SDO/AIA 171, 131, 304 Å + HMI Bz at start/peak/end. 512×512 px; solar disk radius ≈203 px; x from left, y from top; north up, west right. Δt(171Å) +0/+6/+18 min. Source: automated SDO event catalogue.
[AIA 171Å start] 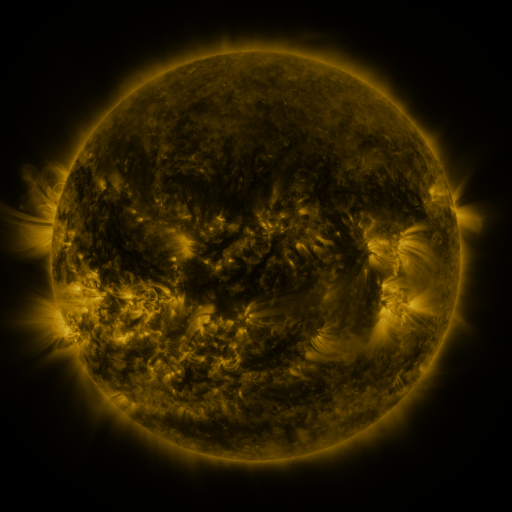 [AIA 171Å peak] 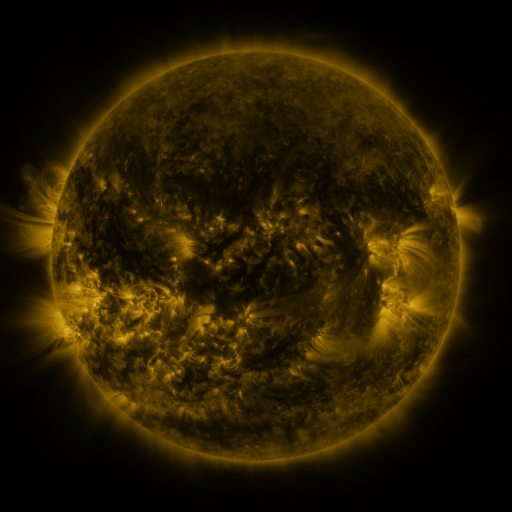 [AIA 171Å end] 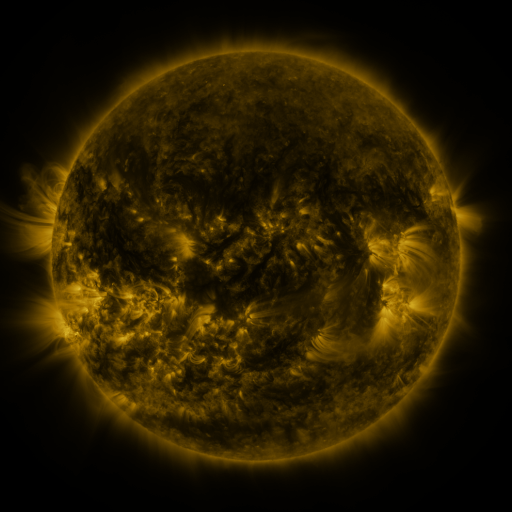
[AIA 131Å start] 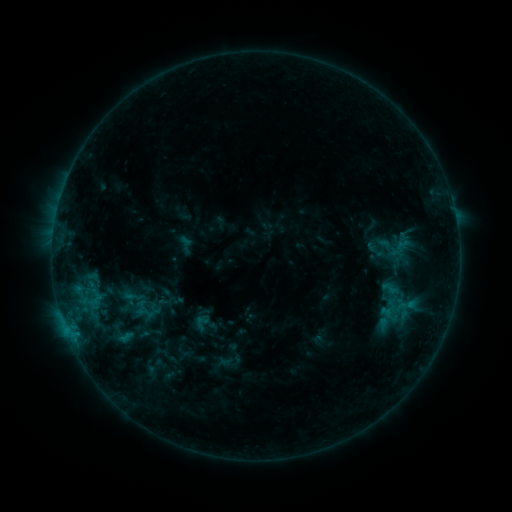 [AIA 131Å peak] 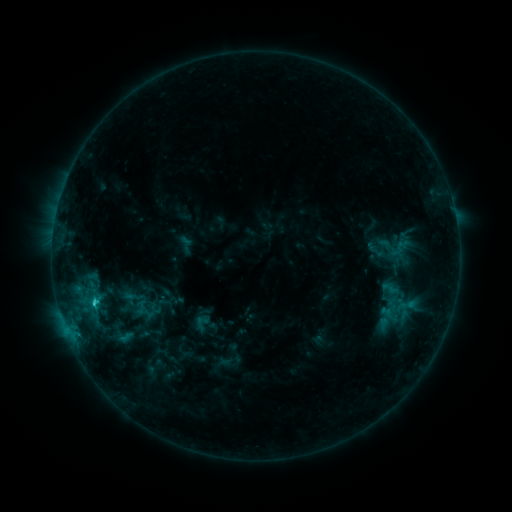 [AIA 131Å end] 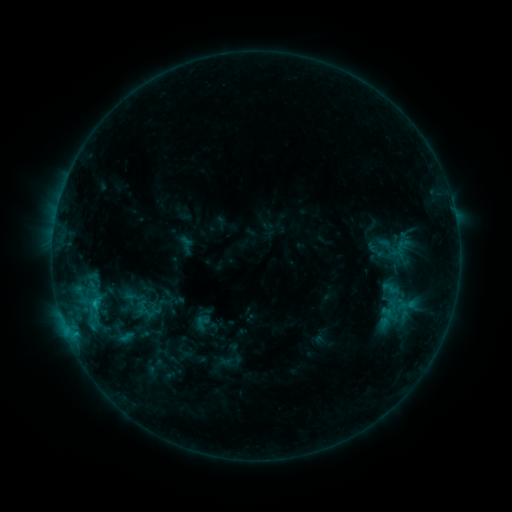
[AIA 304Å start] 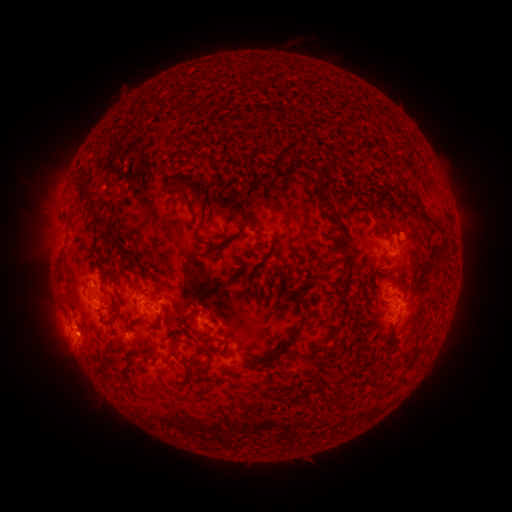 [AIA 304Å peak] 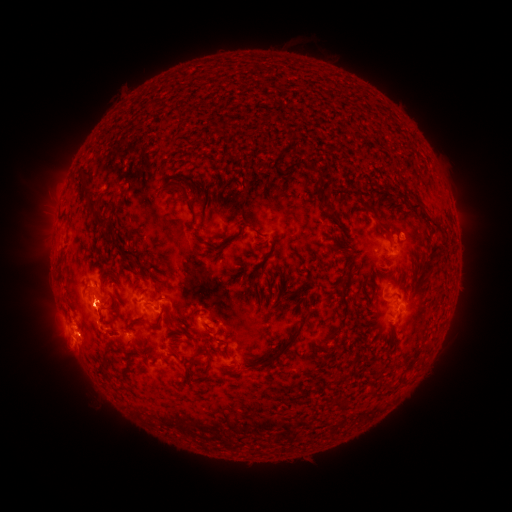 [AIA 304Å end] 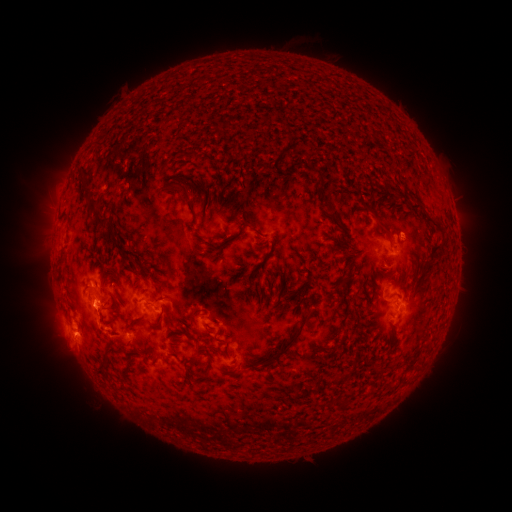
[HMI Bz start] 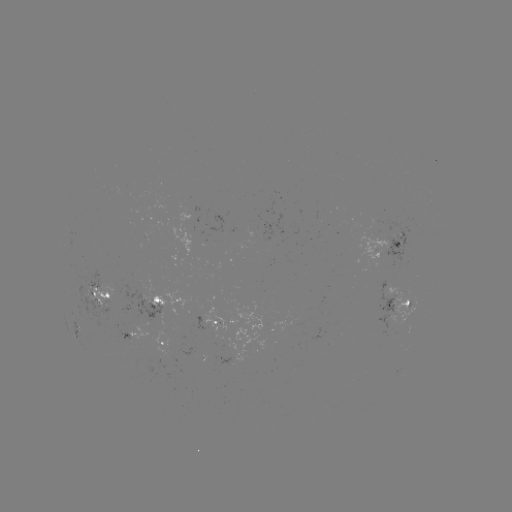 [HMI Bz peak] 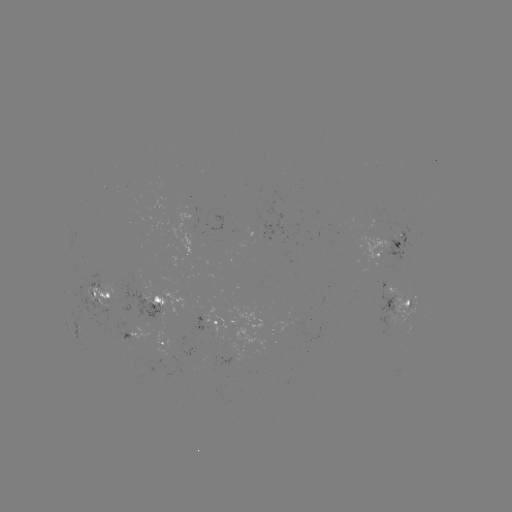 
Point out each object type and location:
C1.8 flare: (95, 303)
